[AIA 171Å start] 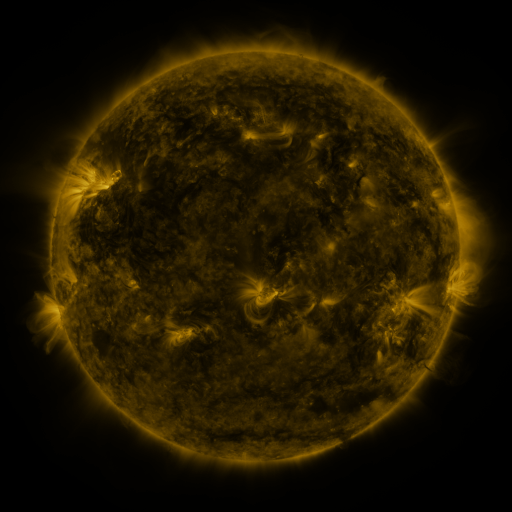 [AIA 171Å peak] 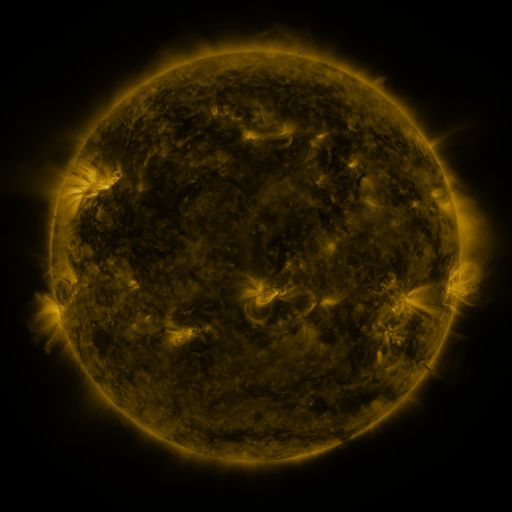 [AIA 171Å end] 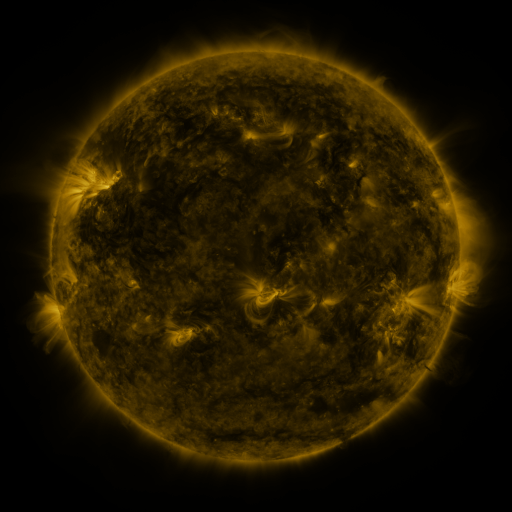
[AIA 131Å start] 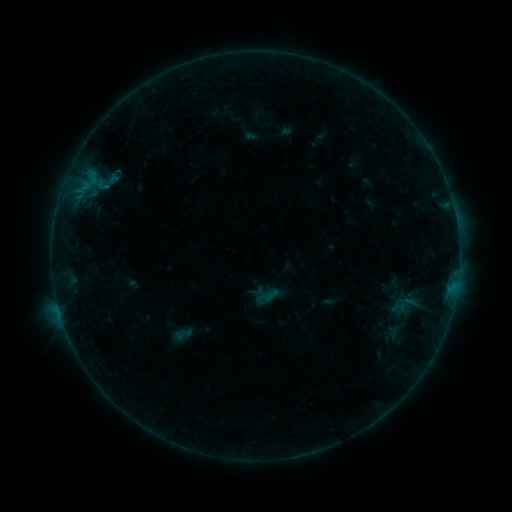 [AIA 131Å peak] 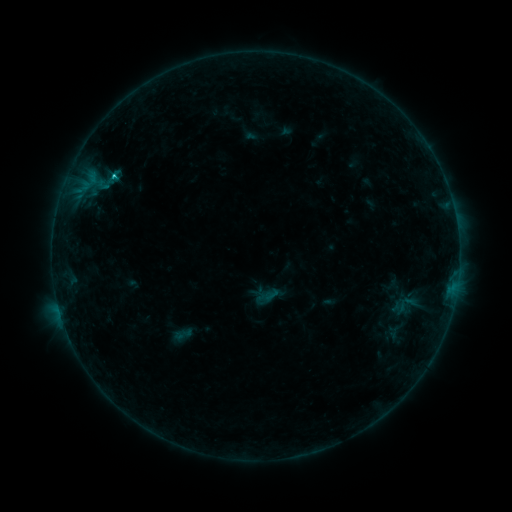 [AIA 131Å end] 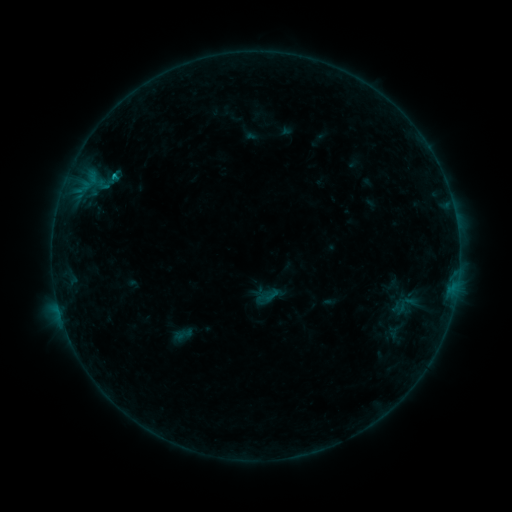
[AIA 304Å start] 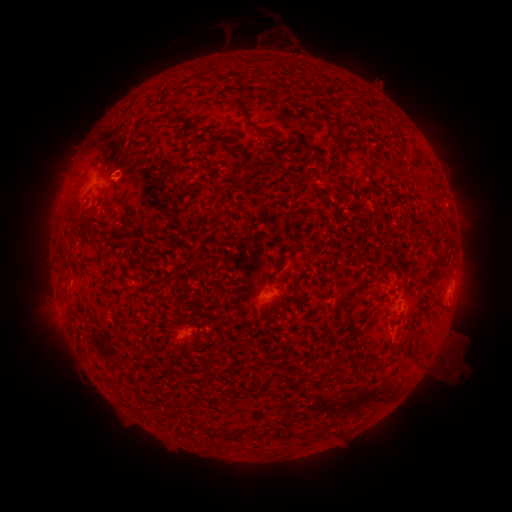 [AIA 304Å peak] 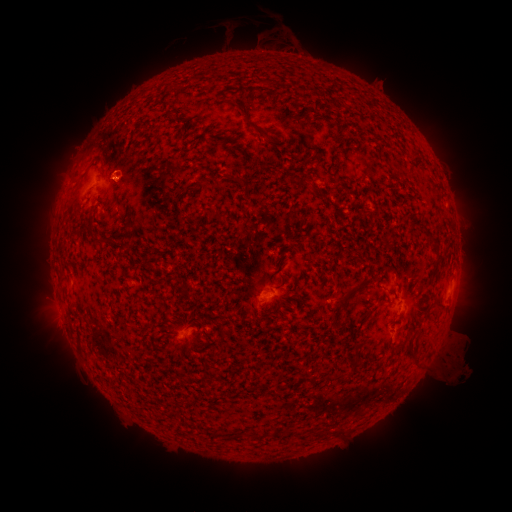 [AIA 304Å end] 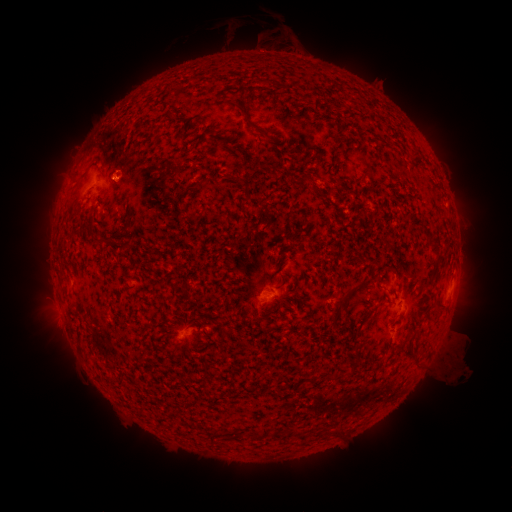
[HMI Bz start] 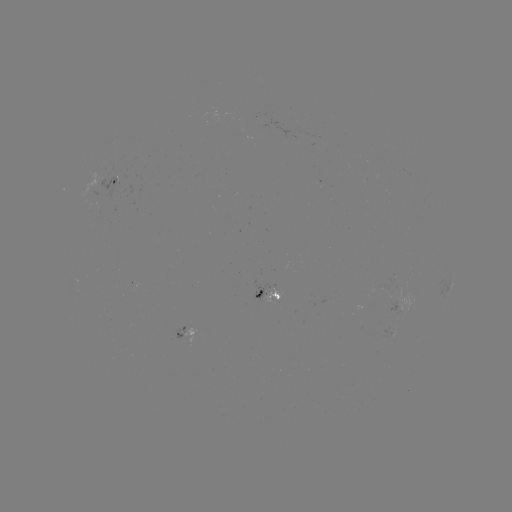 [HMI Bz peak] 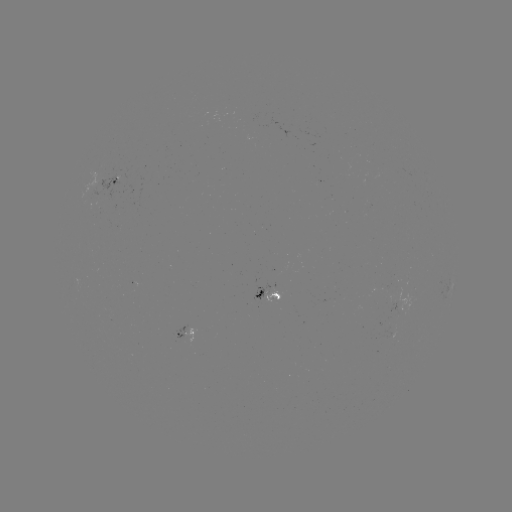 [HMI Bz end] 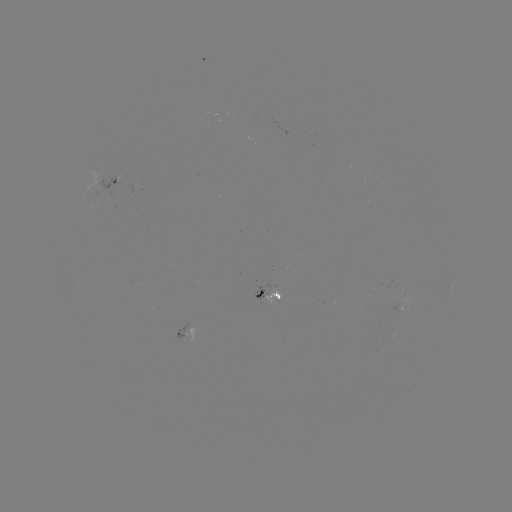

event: flare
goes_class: B6.4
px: (116, 176)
